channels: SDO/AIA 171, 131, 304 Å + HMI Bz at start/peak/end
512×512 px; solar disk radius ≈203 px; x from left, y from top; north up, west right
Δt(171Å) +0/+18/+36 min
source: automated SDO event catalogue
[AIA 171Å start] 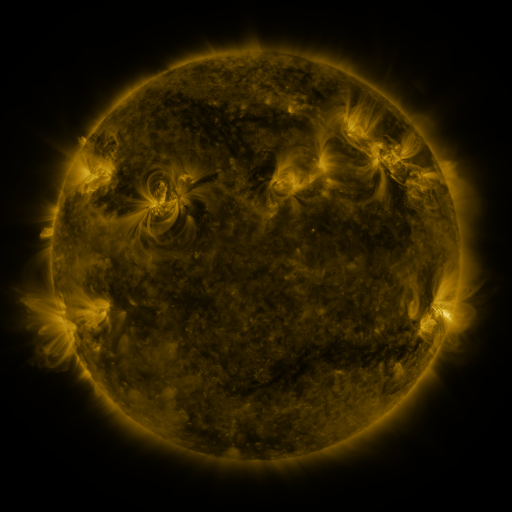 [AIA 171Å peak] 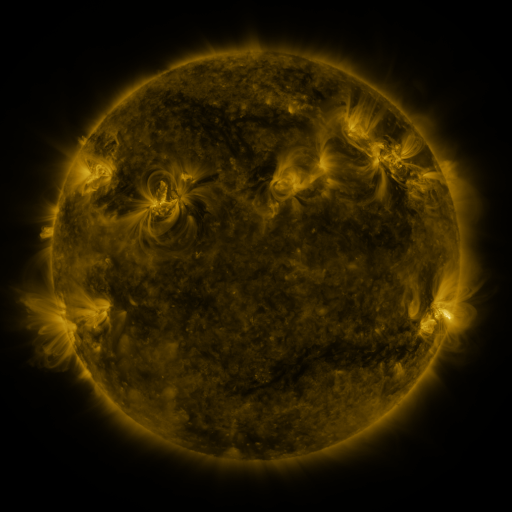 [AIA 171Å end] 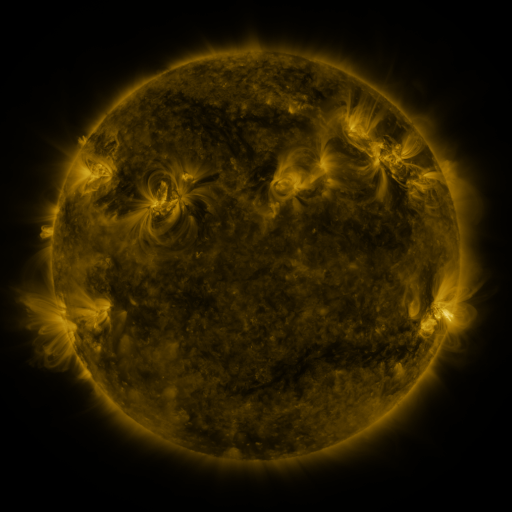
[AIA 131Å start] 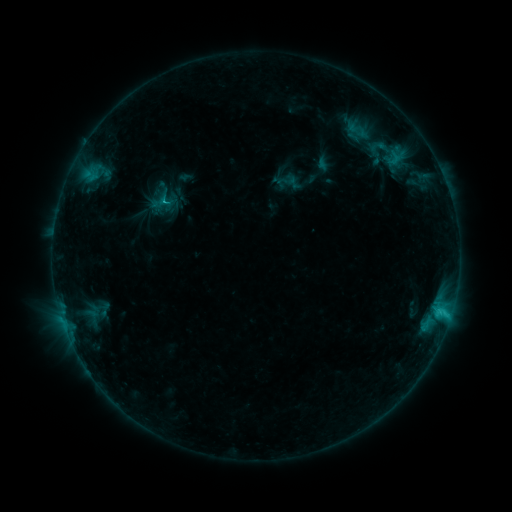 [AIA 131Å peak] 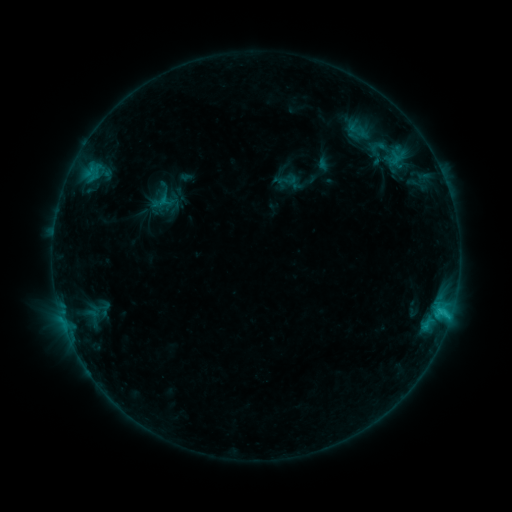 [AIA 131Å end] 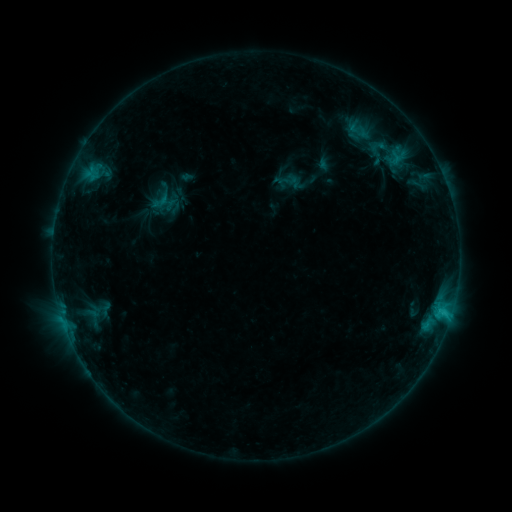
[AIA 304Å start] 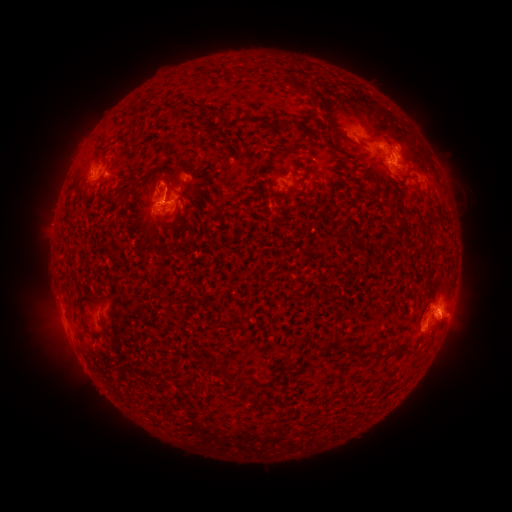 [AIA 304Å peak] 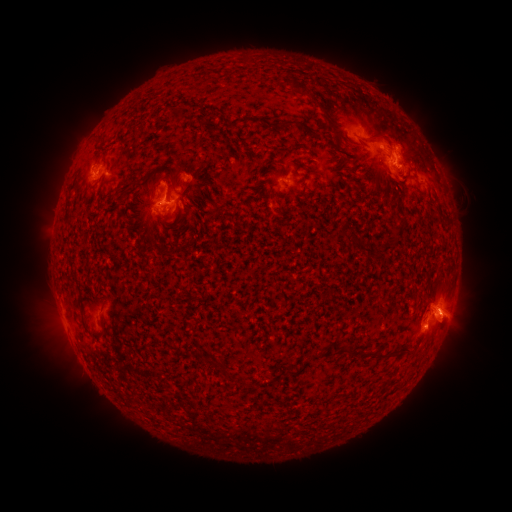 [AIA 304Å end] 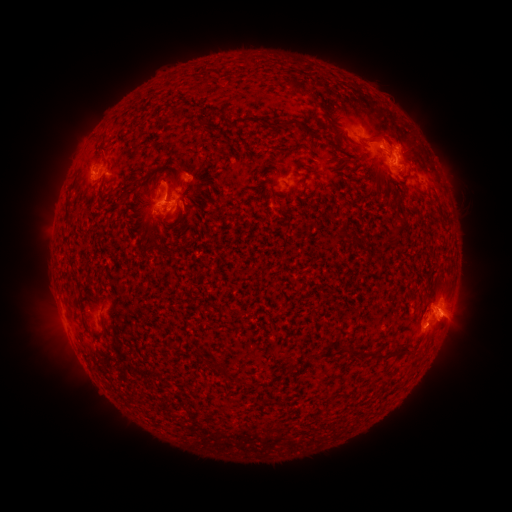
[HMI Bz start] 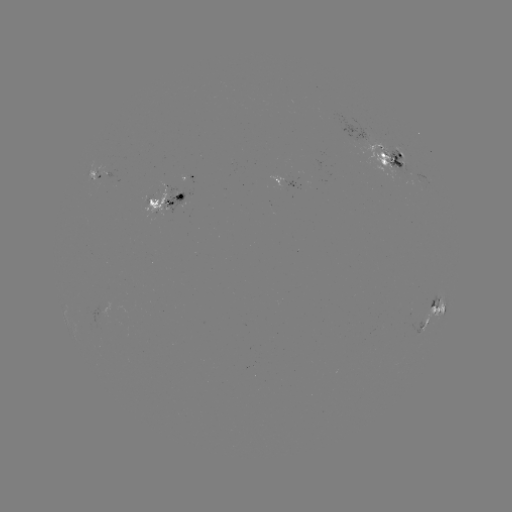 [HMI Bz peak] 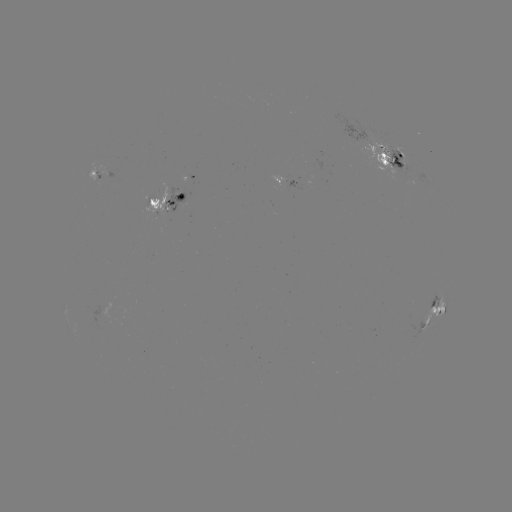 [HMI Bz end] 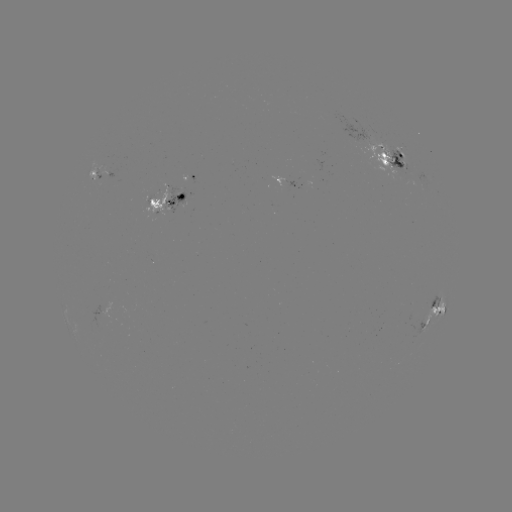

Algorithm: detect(emerging-flux region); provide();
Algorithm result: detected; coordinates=395,160